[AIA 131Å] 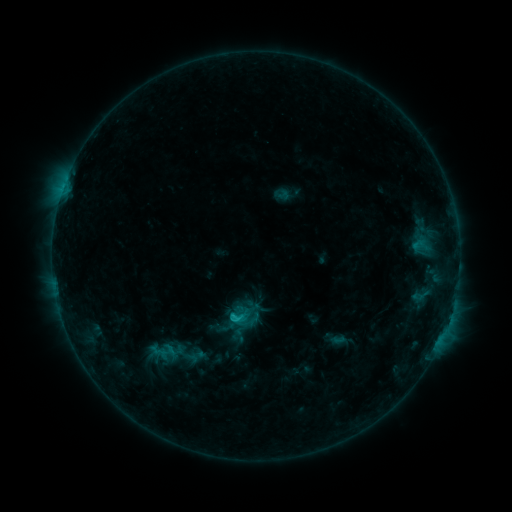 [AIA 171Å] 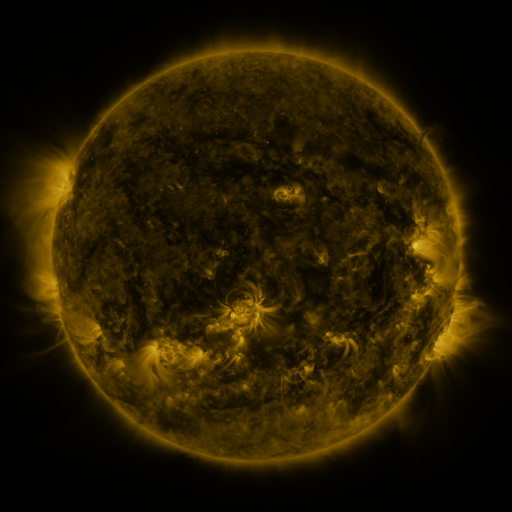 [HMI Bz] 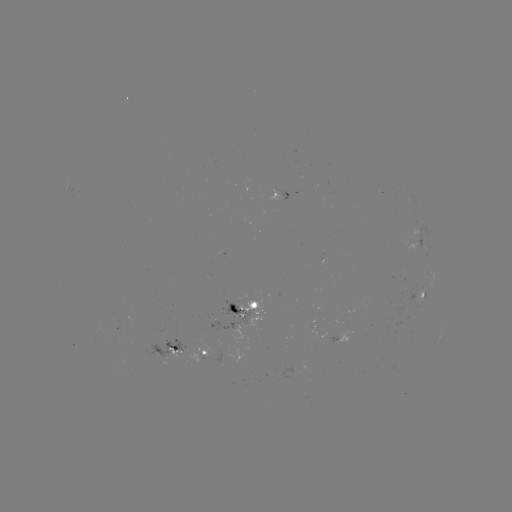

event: sigmoid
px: (240, 317)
